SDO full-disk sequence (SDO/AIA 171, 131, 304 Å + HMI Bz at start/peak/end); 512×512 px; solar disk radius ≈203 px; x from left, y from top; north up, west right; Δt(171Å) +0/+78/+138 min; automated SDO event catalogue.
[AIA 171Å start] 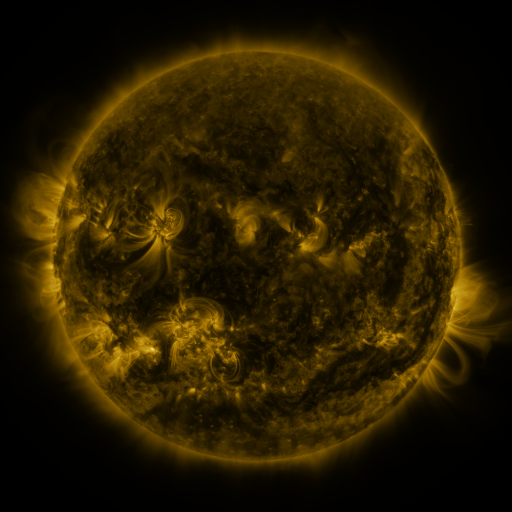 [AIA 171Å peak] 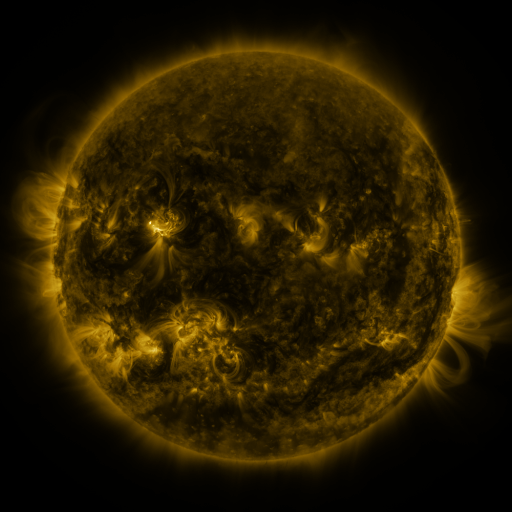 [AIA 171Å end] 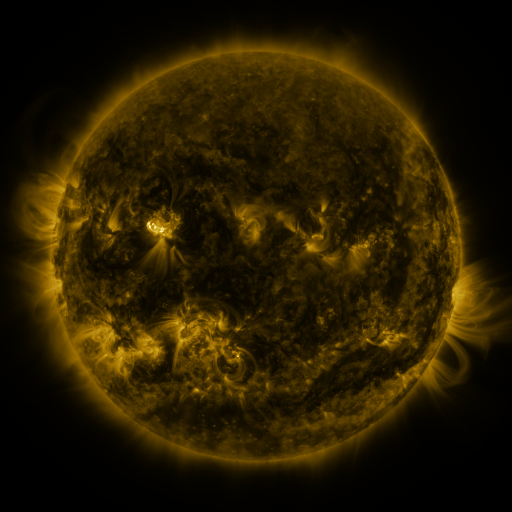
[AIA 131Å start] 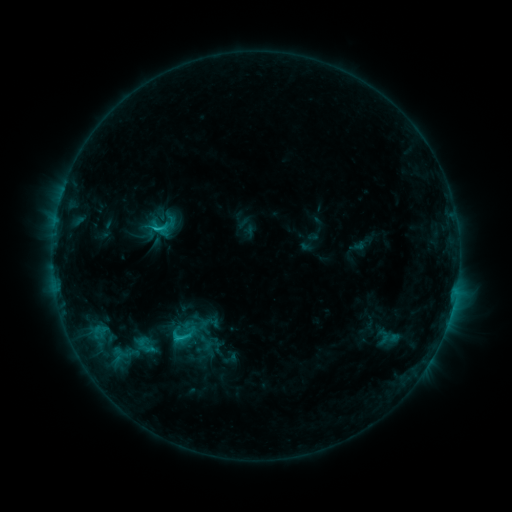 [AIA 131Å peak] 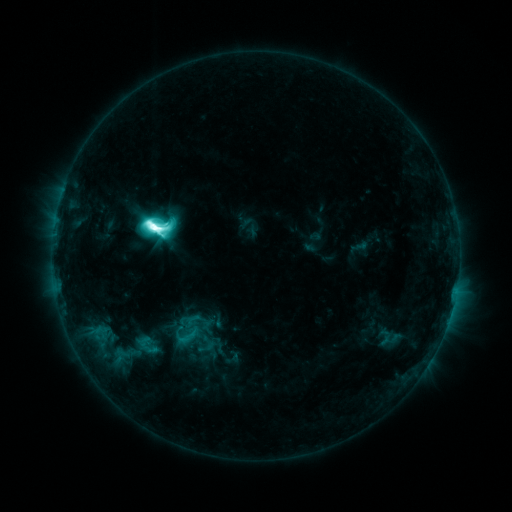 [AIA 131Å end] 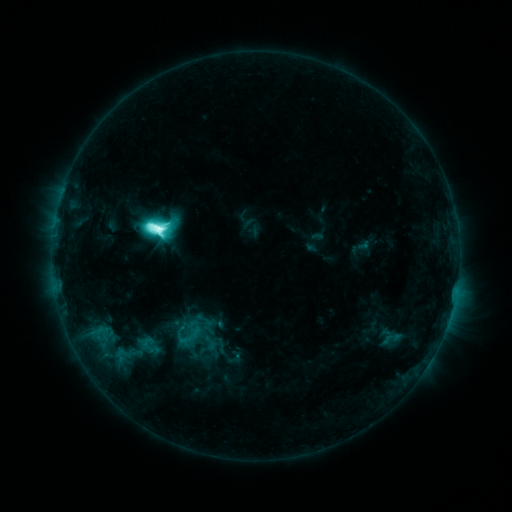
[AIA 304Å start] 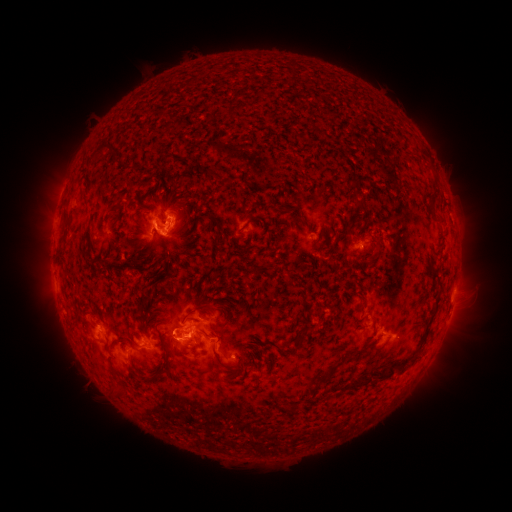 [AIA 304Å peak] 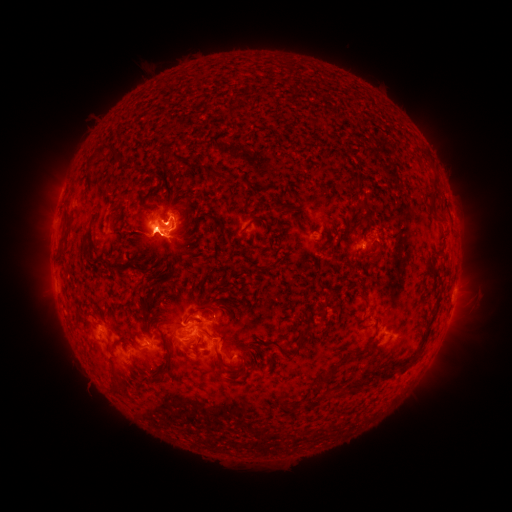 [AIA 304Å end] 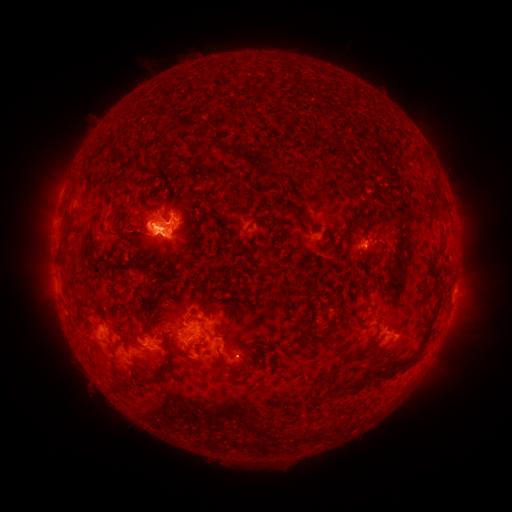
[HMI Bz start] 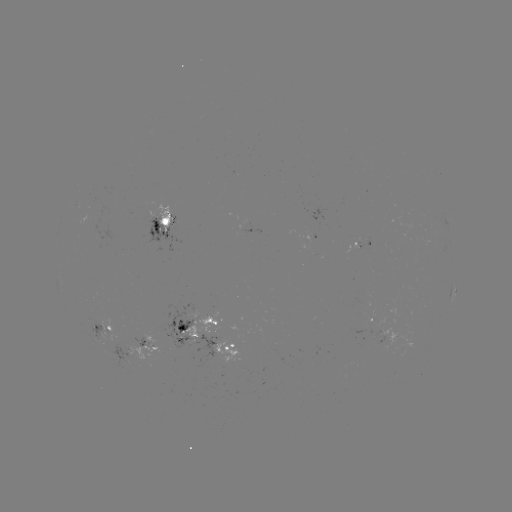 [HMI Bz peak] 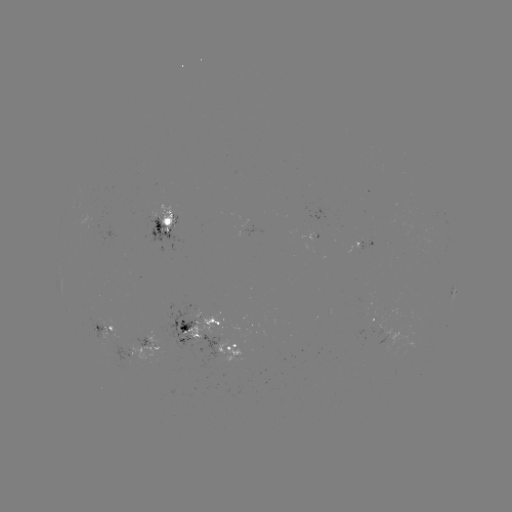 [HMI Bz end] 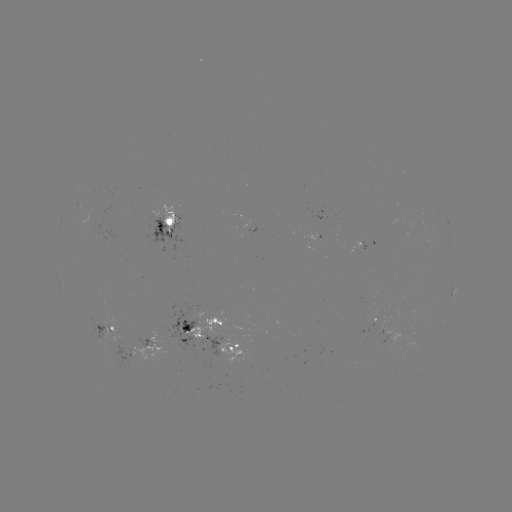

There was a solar flare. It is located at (154, 228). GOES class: M4.5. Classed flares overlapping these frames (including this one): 1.